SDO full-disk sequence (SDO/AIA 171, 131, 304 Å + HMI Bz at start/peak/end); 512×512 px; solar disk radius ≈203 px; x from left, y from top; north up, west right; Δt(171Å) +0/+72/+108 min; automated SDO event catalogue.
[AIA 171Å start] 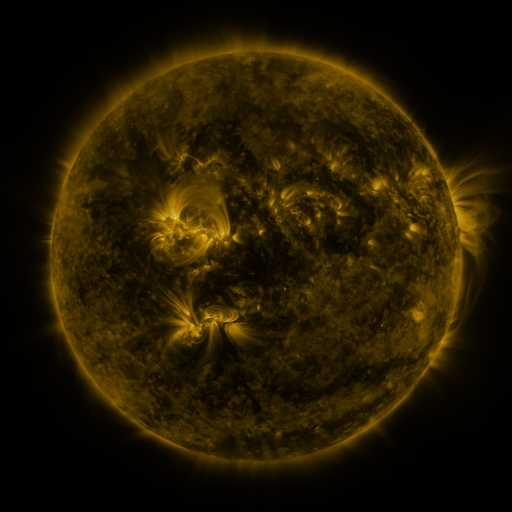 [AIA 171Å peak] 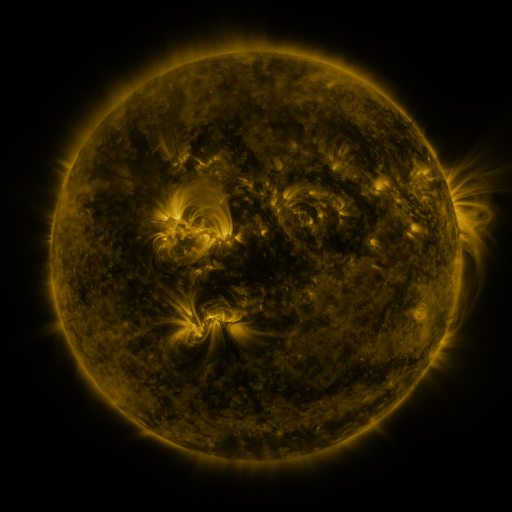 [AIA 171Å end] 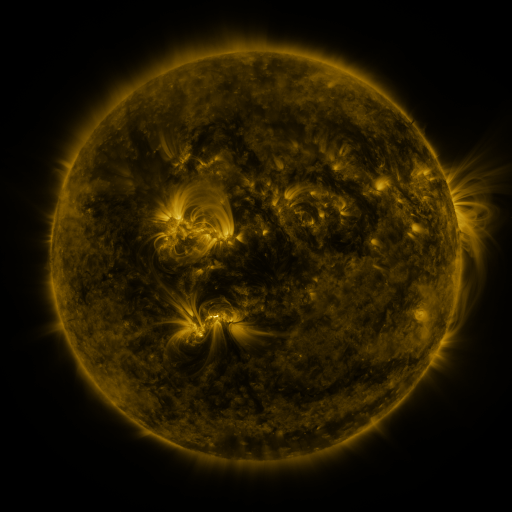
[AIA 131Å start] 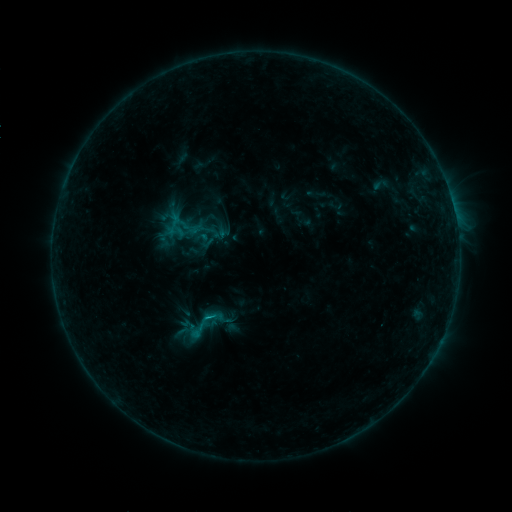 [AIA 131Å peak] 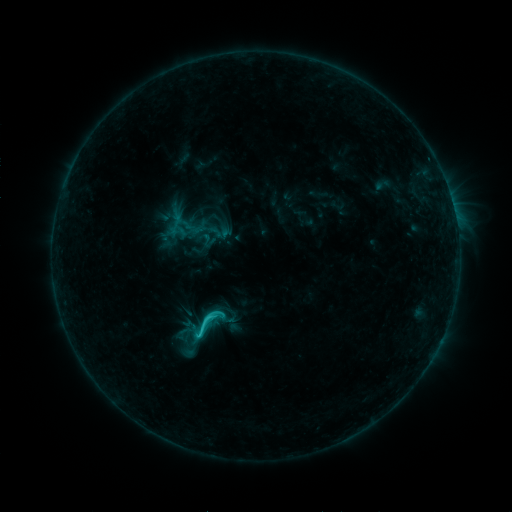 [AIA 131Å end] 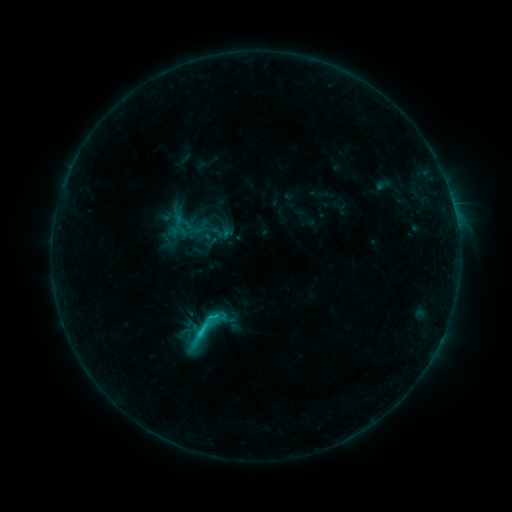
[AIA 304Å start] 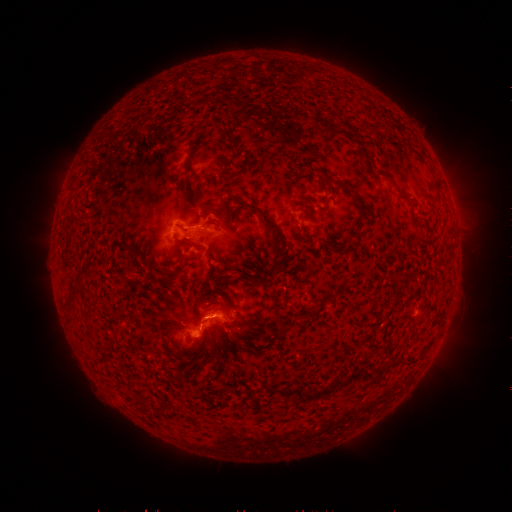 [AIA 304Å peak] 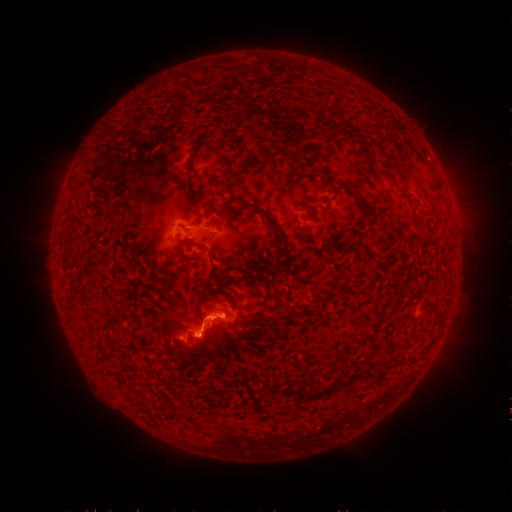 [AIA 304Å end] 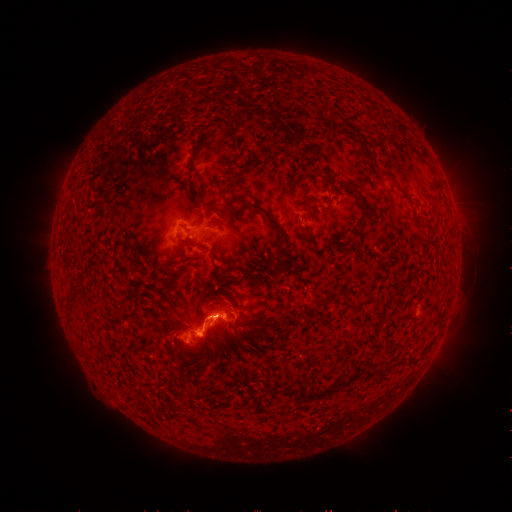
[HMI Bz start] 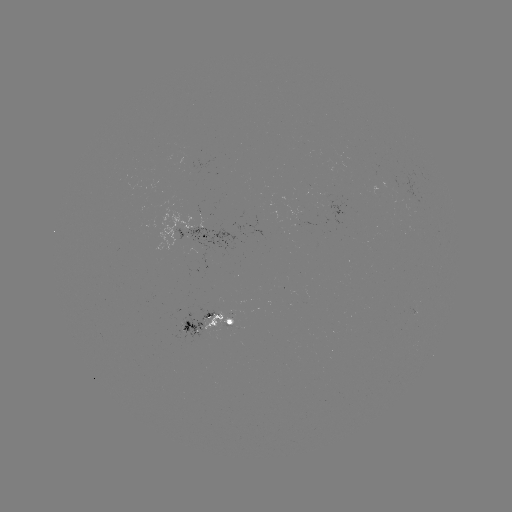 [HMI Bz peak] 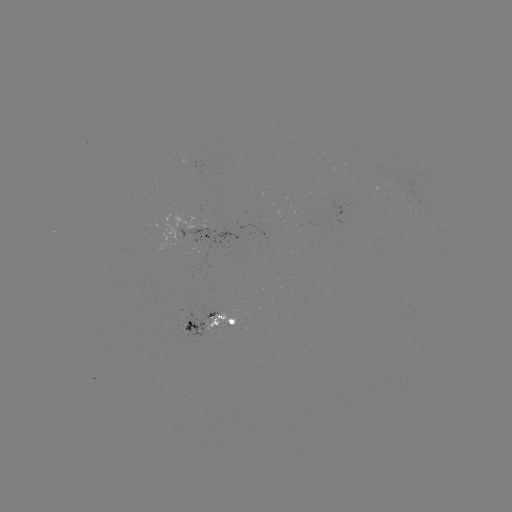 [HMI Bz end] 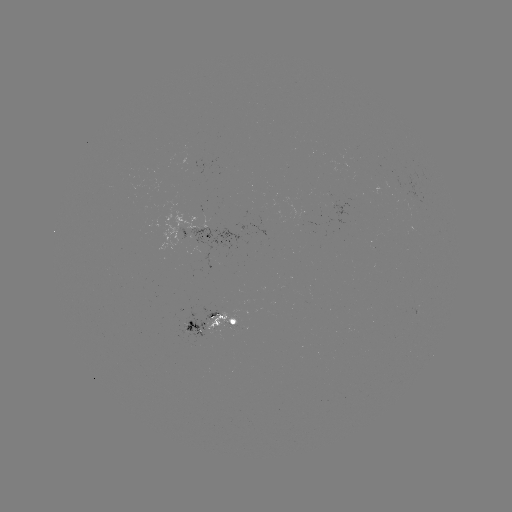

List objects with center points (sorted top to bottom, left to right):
emerging-flux region: (207, 230)
